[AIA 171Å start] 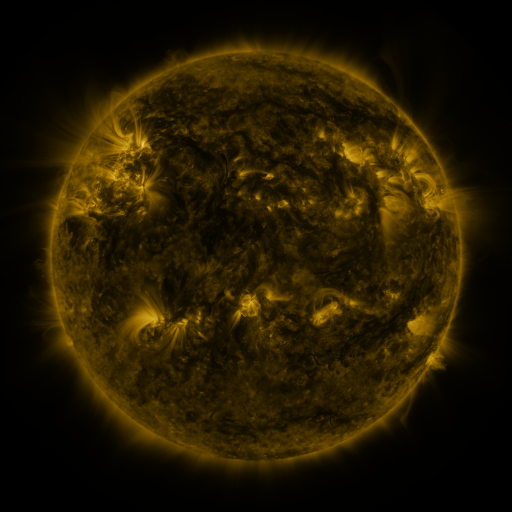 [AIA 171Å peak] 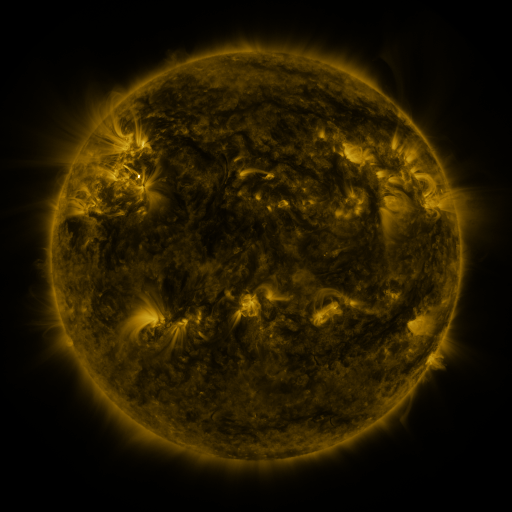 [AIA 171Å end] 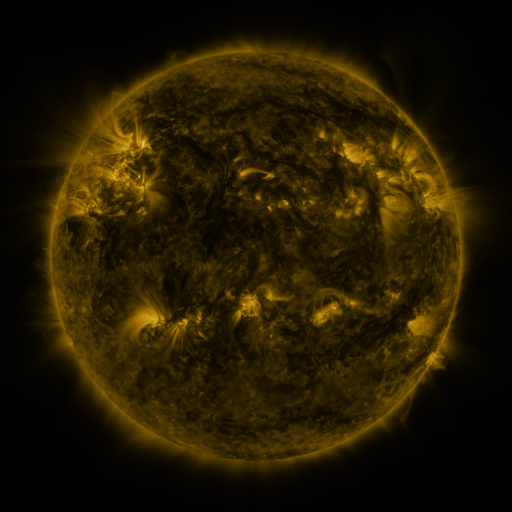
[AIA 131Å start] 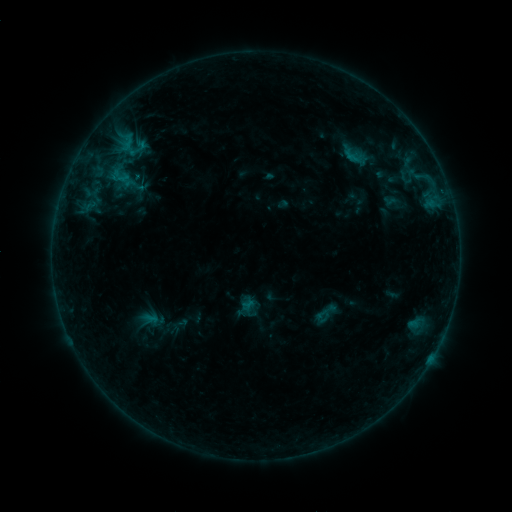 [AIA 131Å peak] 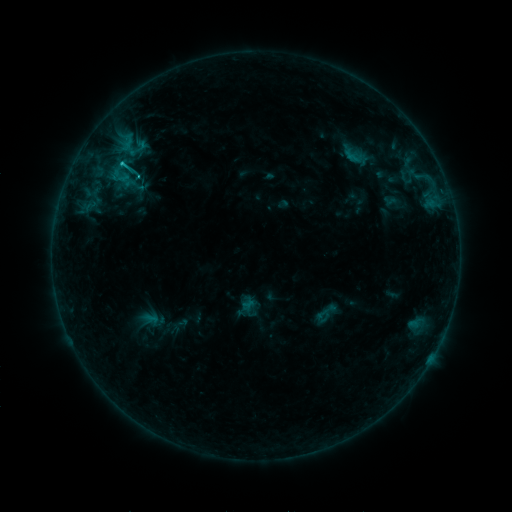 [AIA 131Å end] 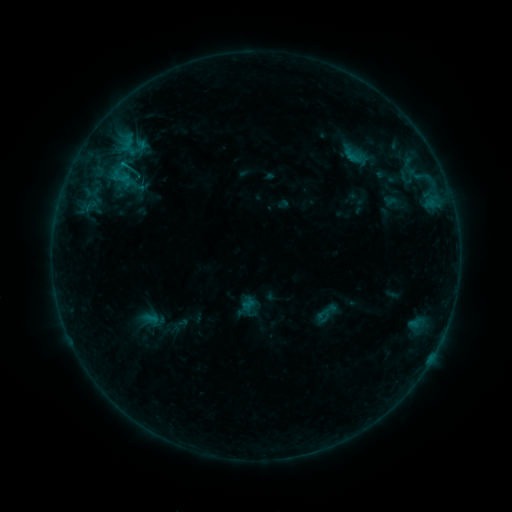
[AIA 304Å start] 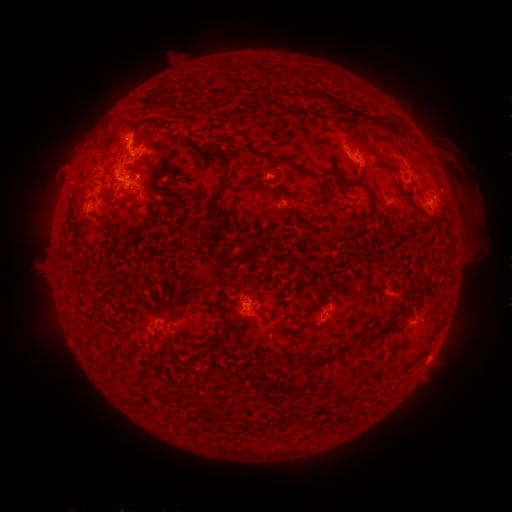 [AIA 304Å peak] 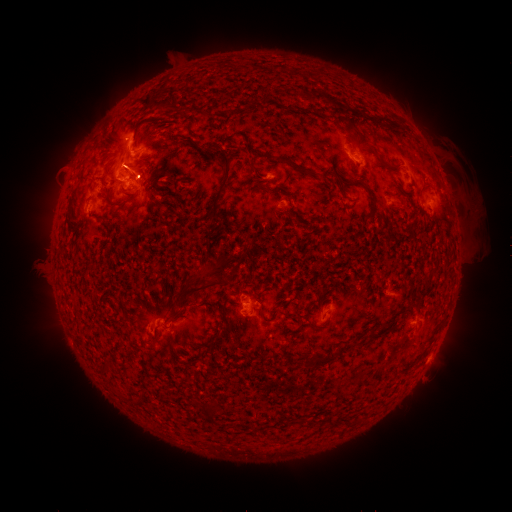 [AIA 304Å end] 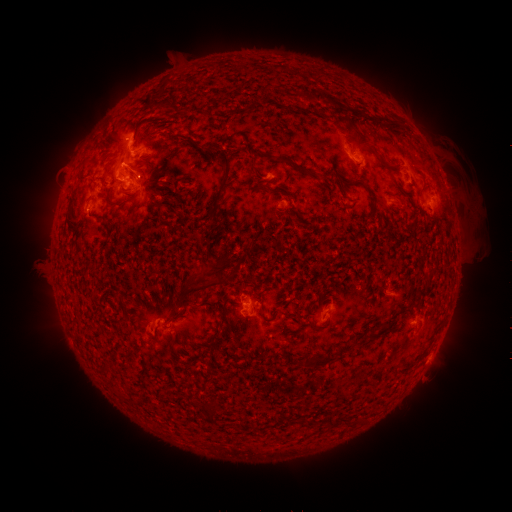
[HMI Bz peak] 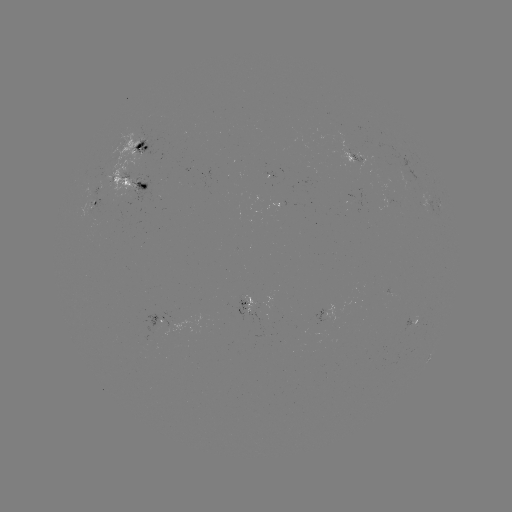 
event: eruption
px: (123, 159)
